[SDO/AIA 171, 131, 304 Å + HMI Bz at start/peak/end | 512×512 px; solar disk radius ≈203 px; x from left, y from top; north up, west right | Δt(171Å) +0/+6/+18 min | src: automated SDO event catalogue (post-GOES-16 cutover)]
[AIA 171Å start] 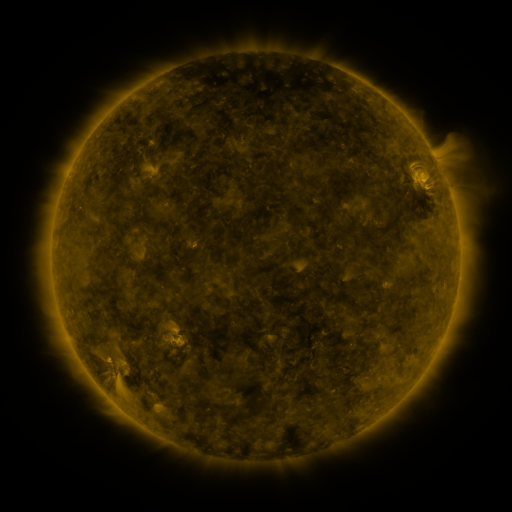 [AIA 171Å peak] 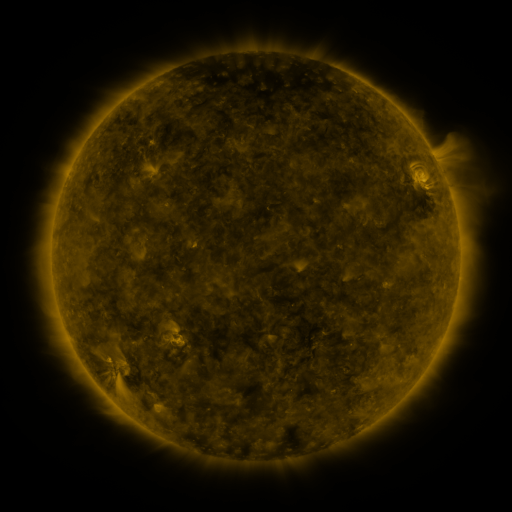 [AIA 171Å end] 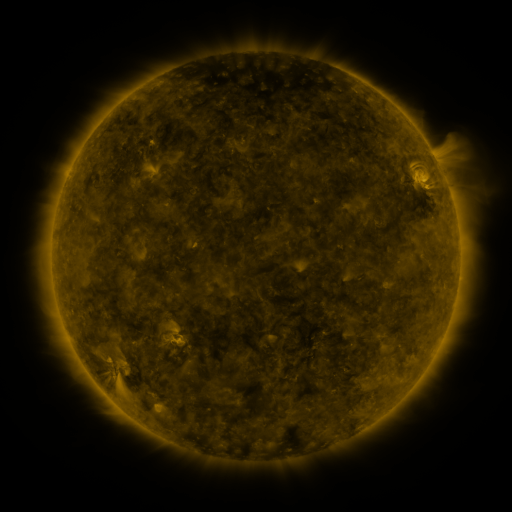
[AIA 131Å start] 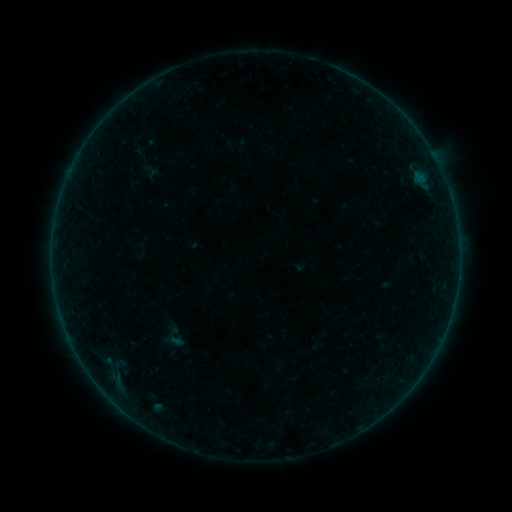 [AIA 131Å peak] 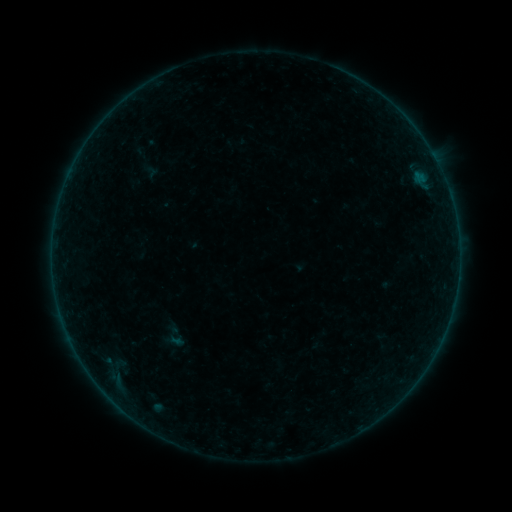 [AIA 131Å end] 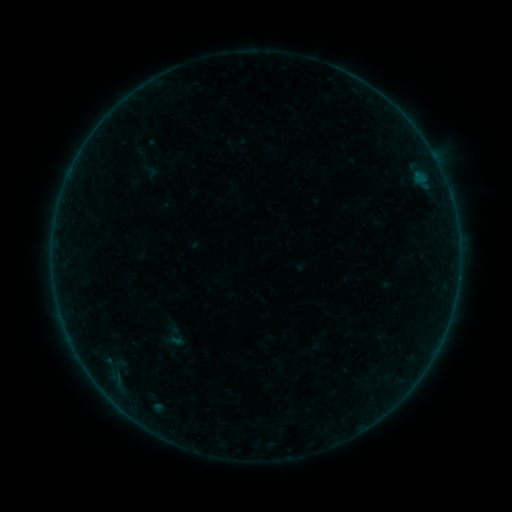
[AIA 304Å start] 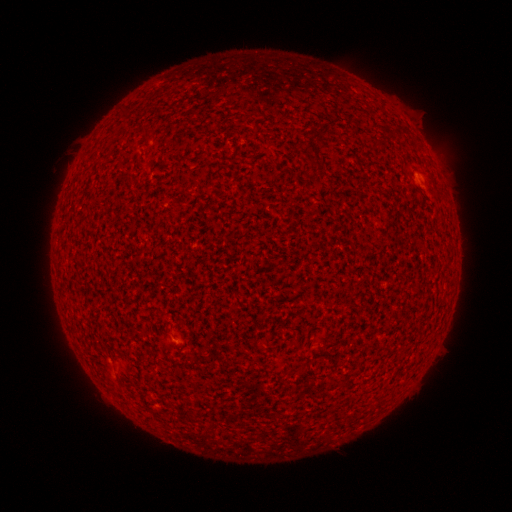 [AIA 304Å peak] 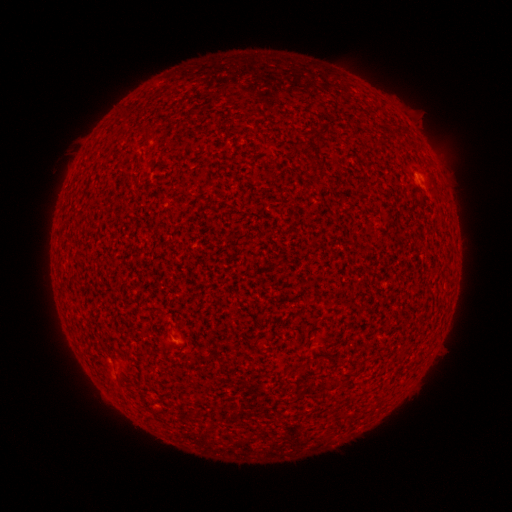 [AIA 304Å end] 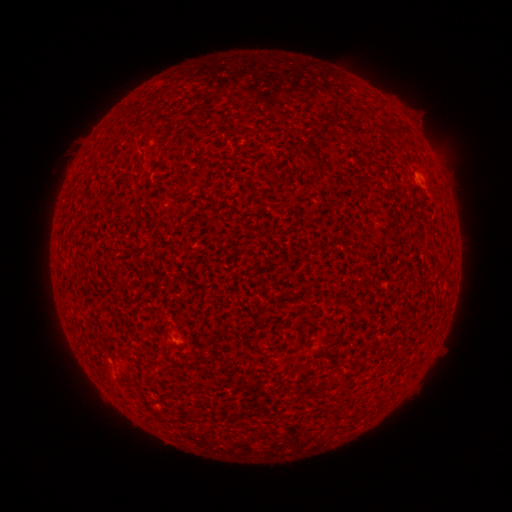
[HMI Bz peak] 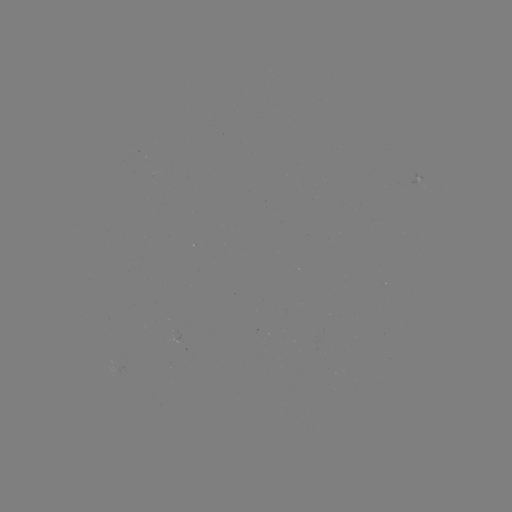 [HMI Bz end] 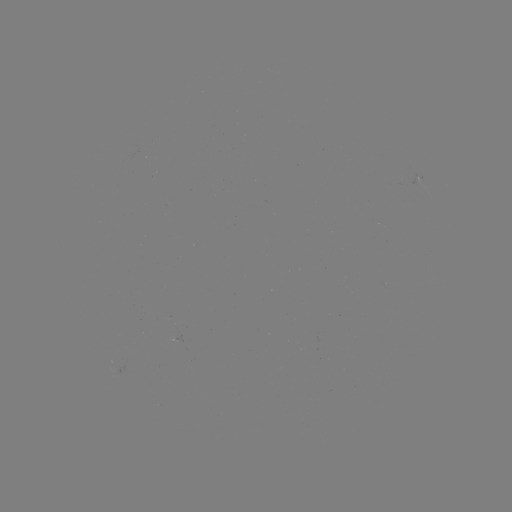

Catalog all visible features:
A3.5 flare: (417, 177)
